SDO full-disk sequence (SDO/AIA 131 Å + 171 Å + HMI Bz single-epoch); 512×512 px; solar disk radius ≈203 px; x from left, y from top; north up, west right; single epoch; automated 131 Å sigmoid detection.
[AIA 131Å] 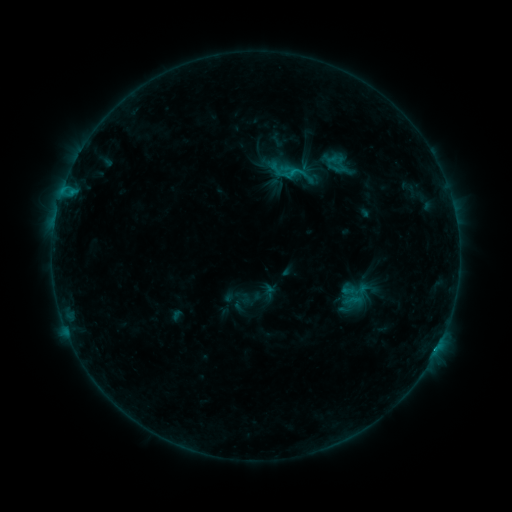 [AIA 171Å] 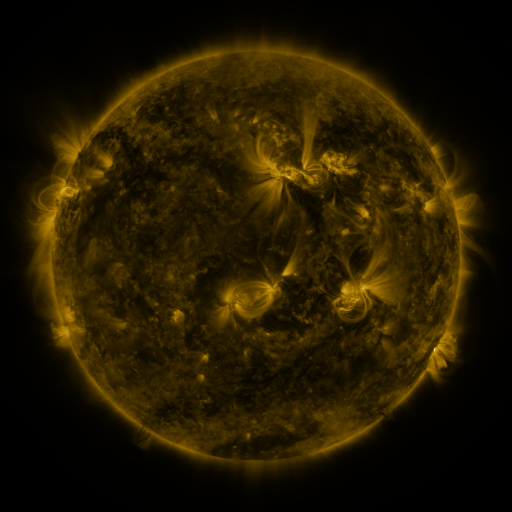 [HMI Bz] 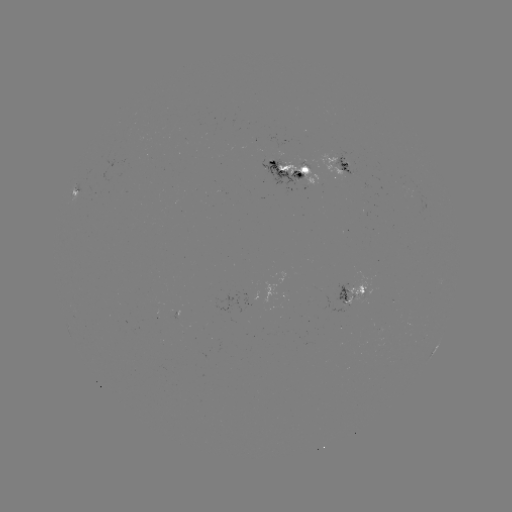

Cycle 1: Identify sigmoid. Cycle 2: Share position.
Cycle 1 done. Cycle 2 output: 296,172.